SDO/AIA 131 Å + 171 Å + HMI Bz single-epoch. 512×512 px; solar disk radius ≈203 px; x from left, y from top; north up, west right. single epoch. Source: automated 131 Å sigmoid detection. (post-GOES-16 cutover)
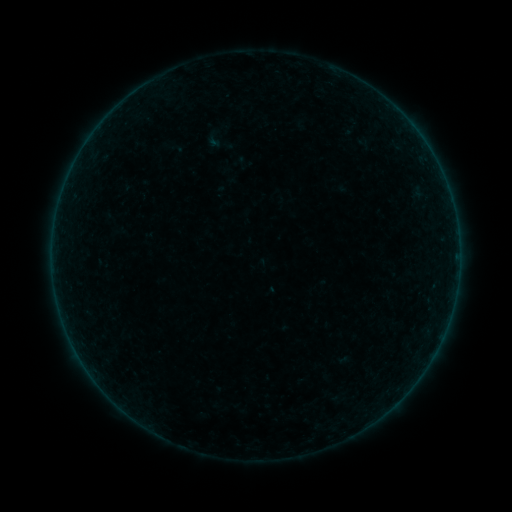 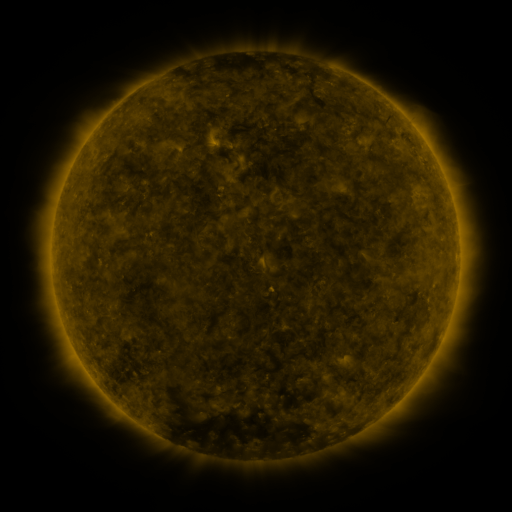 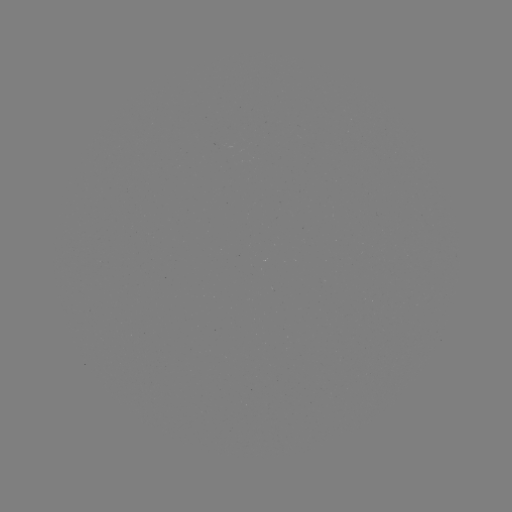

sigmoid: [205, 127, 235, 156]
